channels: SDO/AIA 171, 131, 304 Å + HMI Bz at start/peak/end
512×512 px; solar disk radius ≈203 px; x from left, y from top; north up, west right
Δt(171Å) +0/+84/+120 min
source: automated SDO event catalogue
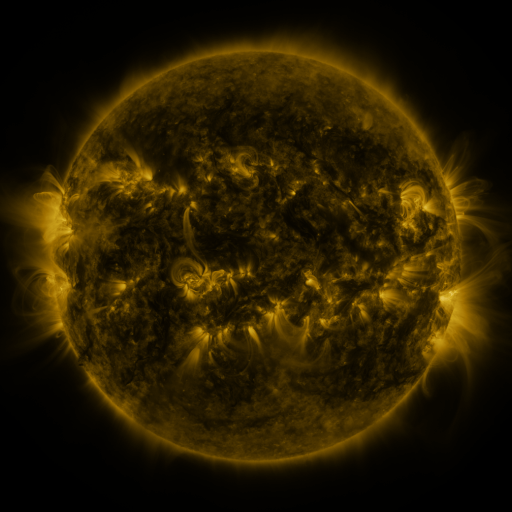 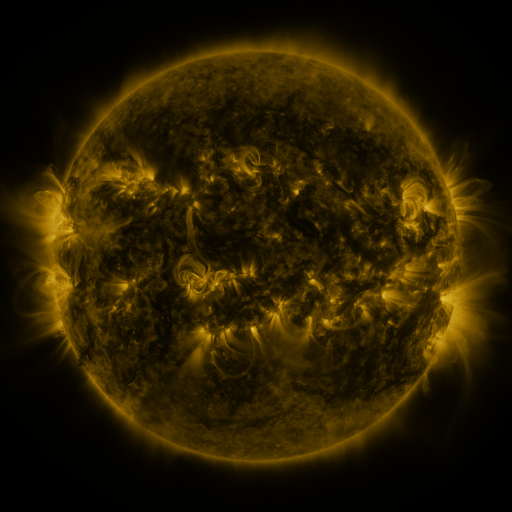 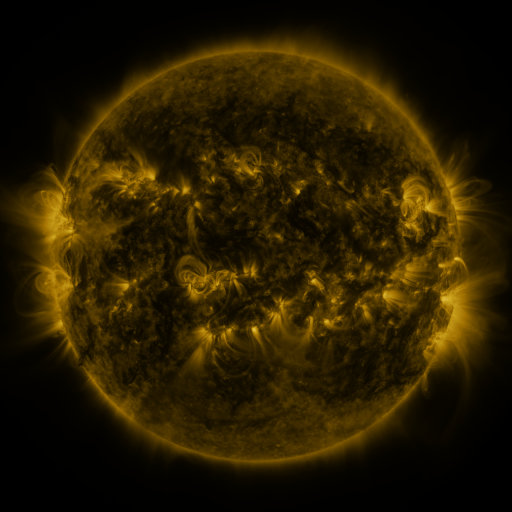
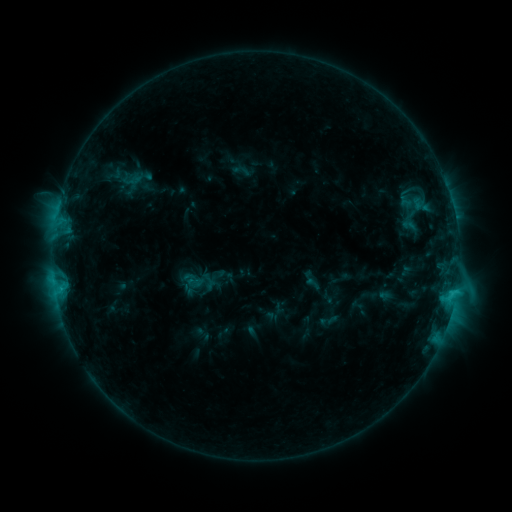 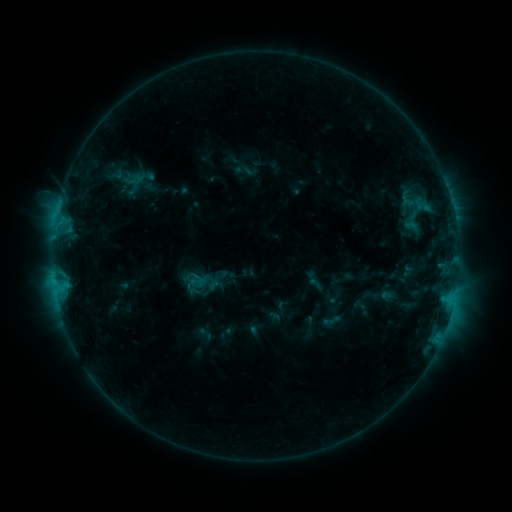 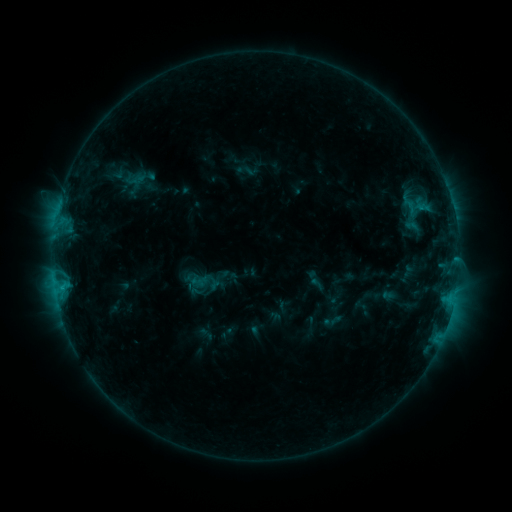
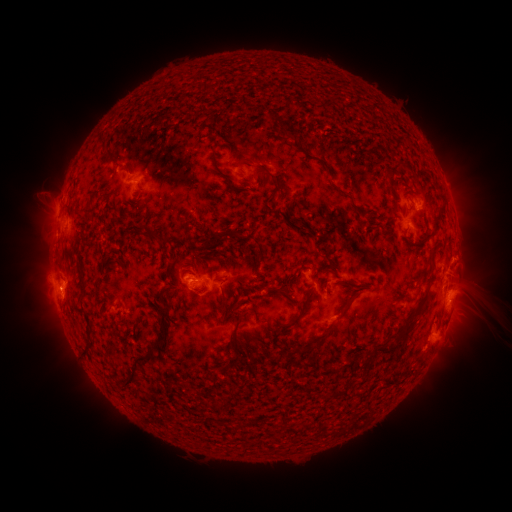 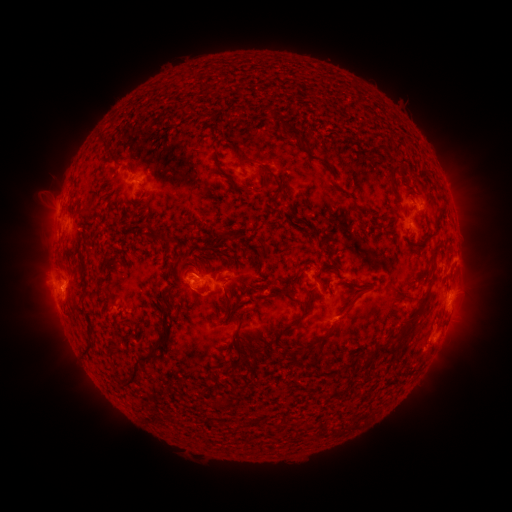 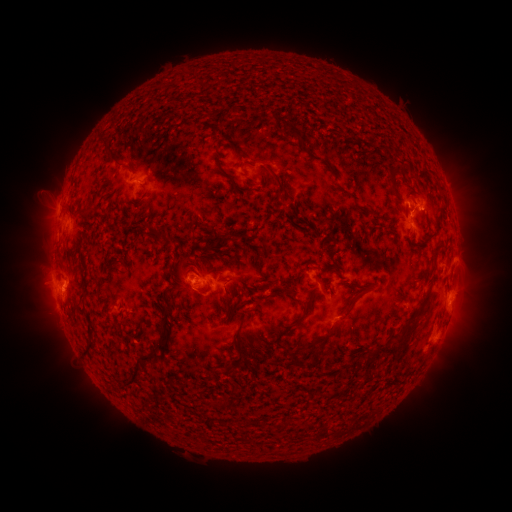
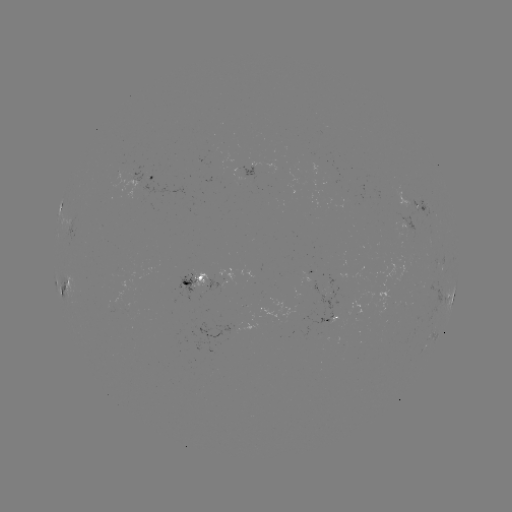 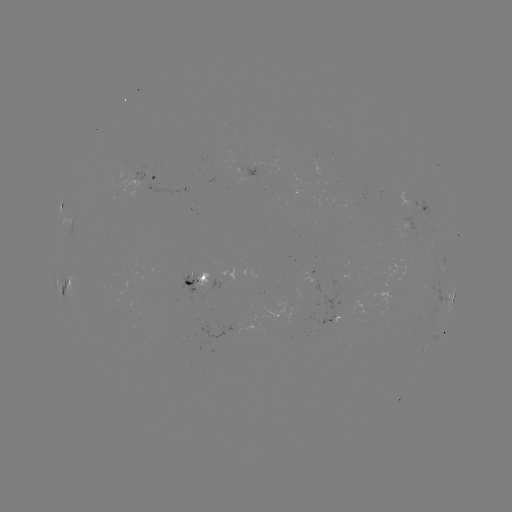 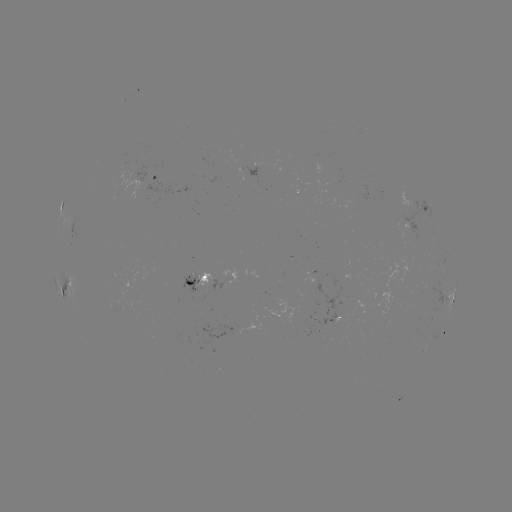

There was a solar emerging-flux region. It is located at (416, 292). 